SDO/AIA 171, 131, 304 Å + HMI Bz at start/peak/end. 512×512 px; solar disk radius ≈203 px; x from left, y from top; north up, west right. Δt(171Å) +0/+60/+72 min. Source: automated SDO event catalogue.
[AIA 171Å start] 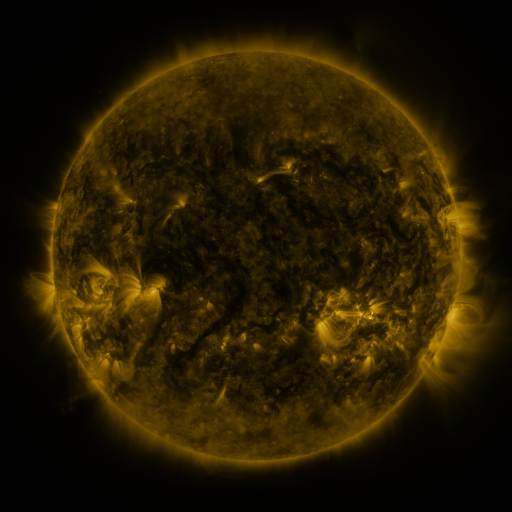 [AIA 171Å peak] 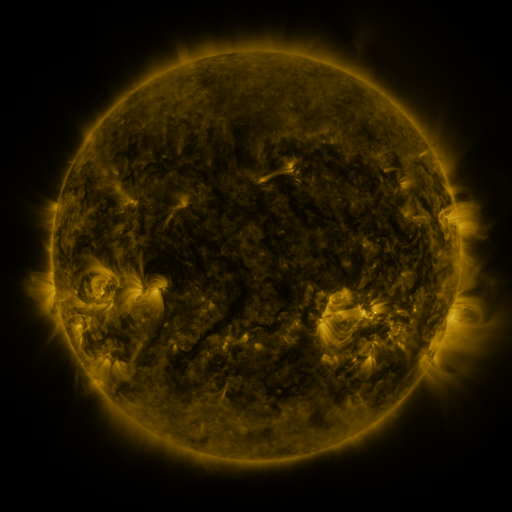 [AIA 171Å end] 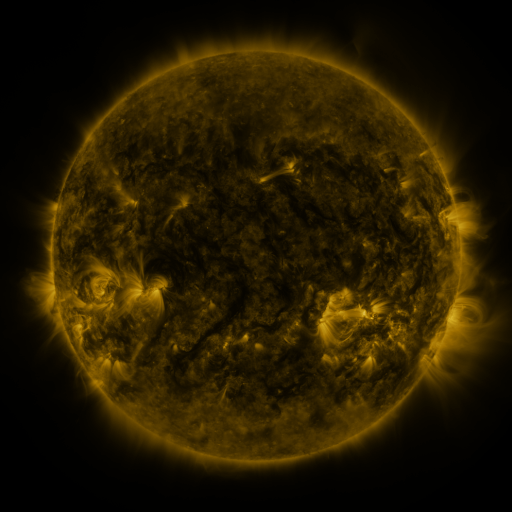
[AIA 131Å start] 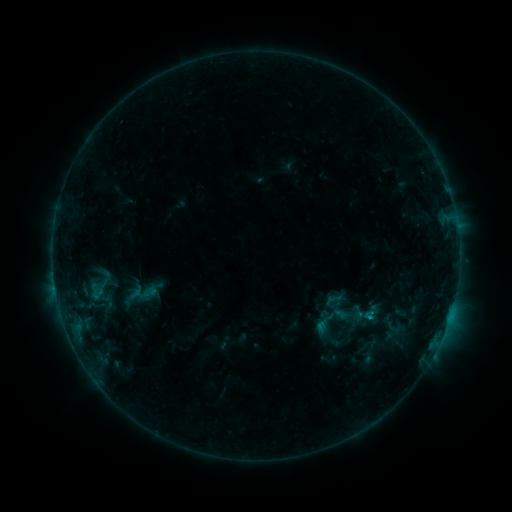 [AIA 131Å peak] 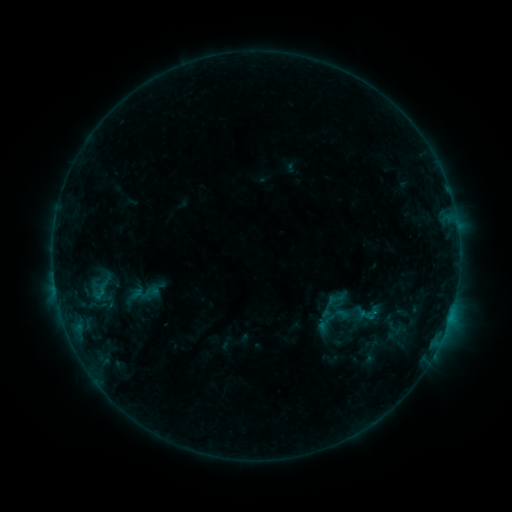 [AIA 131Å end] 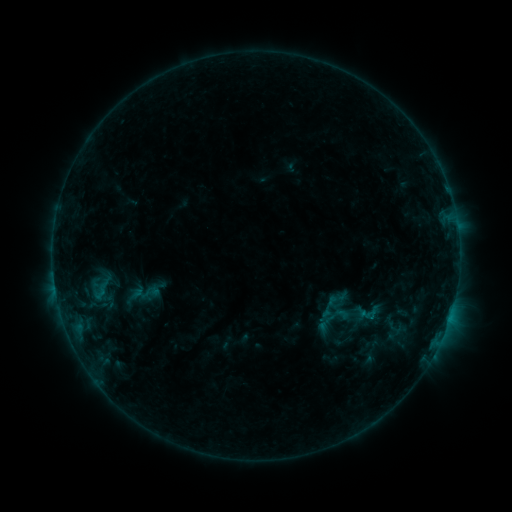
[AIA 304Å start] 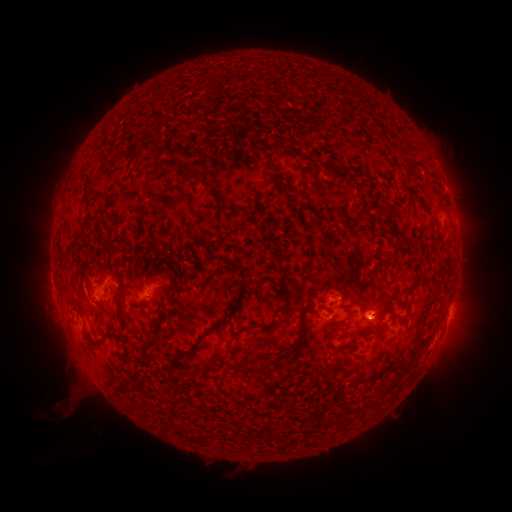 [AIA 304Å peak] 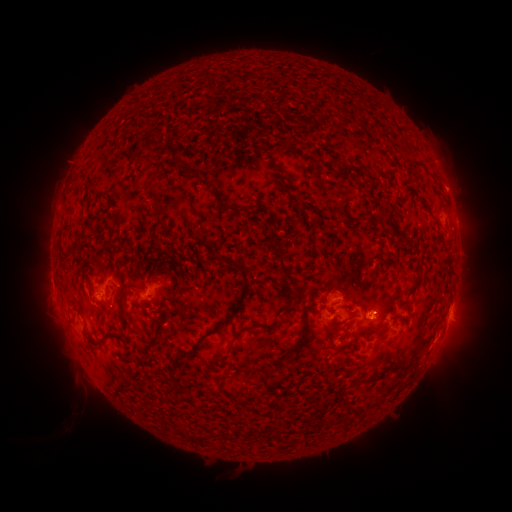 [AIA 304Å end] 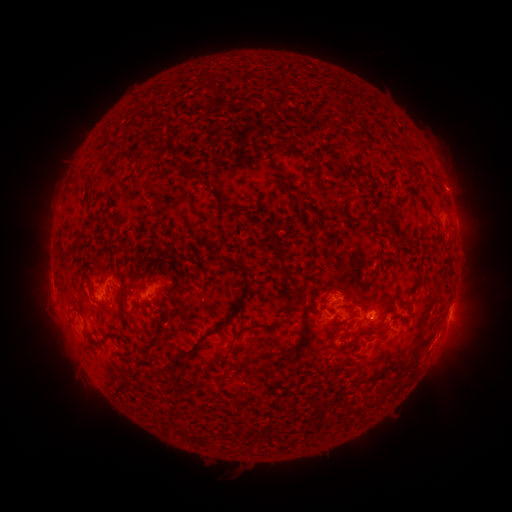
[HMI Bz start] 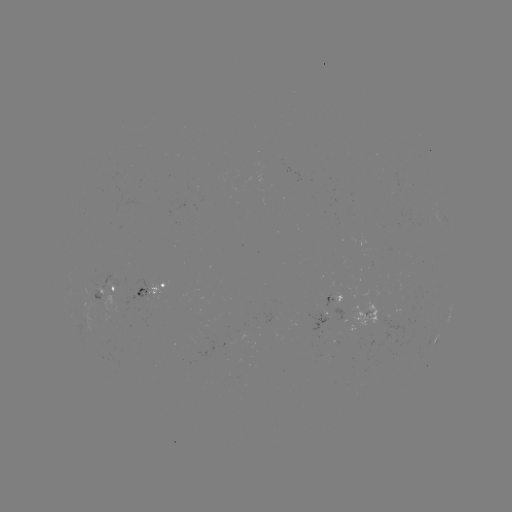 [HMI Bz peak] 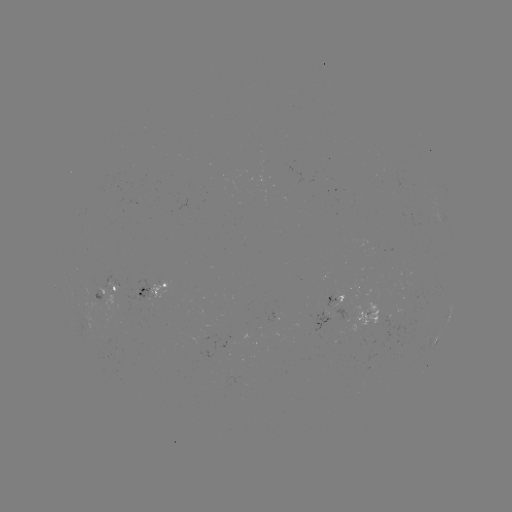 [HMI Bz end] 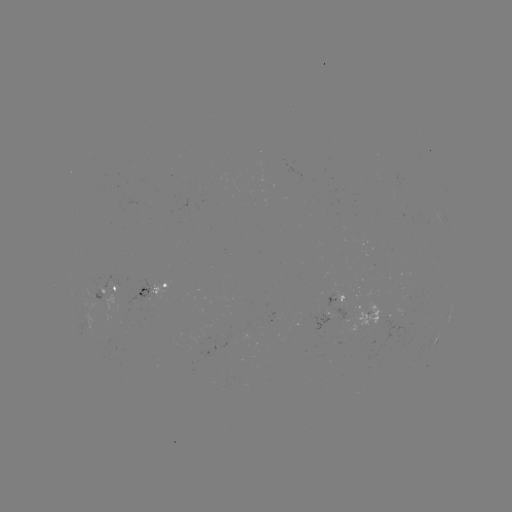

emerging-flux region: <bbox>332, 291, 343, 309</bbox>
